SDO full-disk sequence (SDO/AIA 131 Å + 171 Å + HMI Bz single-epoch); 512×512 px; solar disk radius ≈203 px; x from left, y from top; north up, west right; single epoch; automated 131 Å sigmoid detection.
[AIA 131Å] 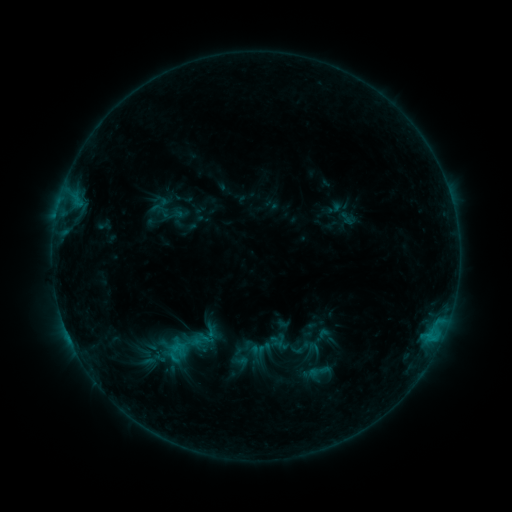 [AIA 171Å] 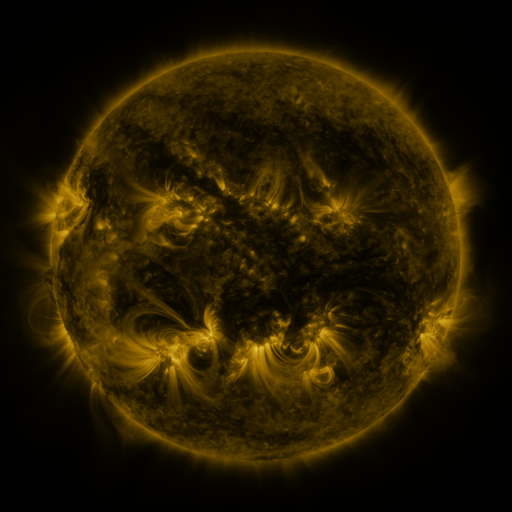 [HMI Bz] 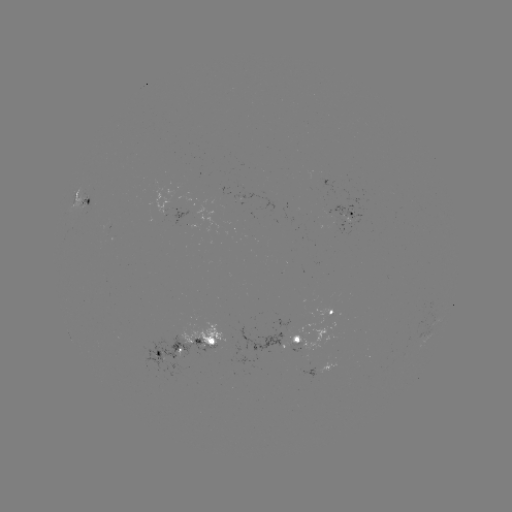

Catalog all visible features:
sigmoid: <bbox>151, 199, 168, 217</bbox>
sigmoid: <bbox>163, 204, 183, 227</bbox>
sigmoid: <bbox>306, 359, 331, 384</bbox>
